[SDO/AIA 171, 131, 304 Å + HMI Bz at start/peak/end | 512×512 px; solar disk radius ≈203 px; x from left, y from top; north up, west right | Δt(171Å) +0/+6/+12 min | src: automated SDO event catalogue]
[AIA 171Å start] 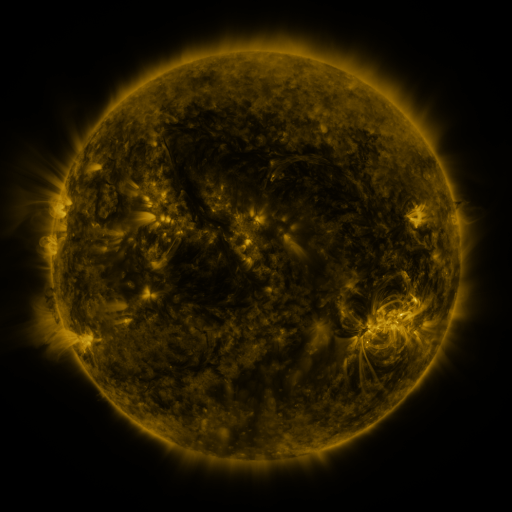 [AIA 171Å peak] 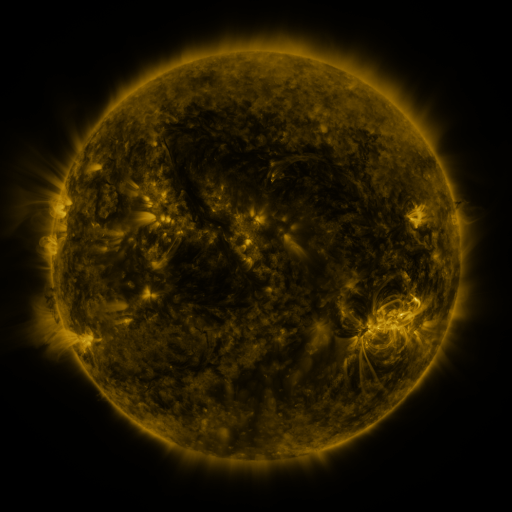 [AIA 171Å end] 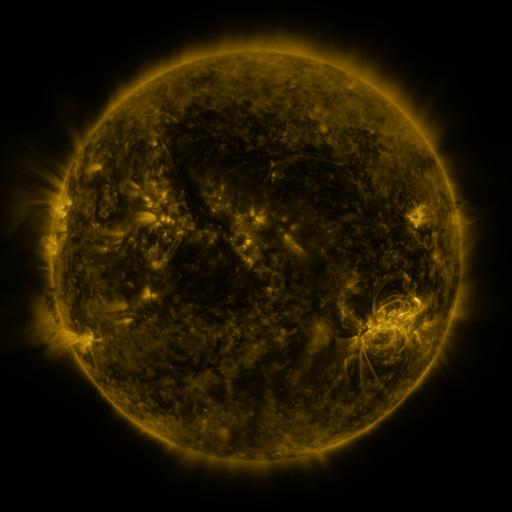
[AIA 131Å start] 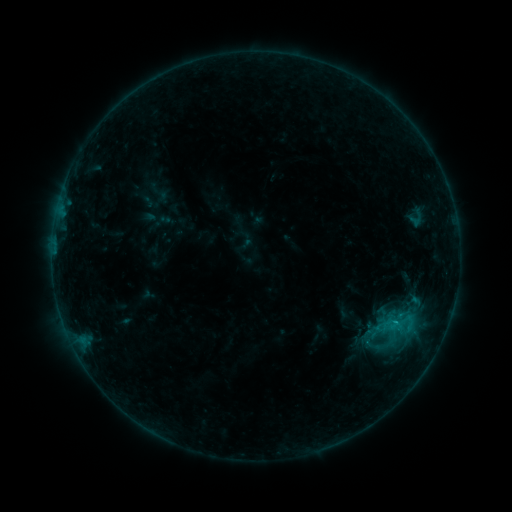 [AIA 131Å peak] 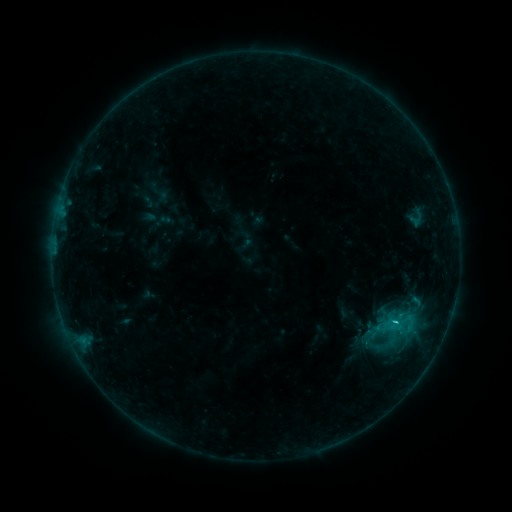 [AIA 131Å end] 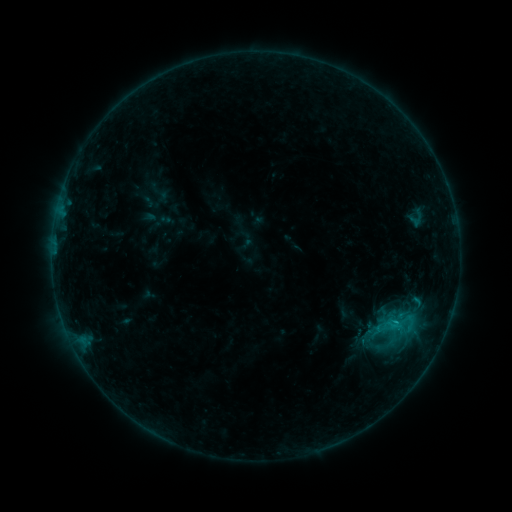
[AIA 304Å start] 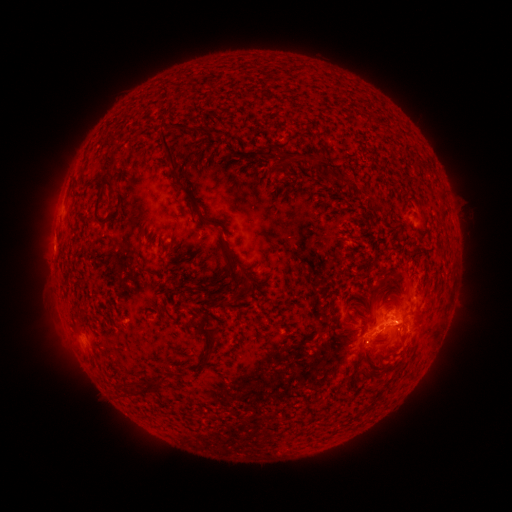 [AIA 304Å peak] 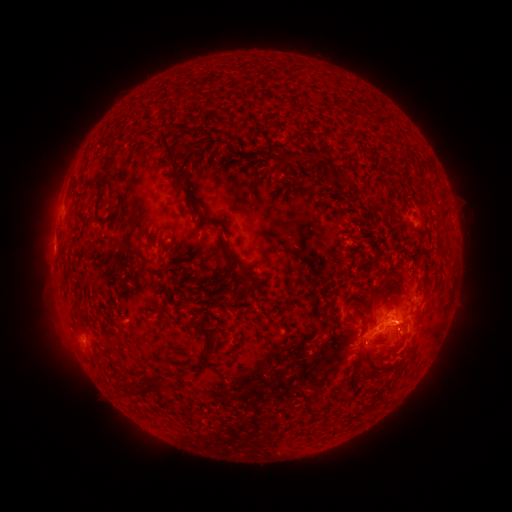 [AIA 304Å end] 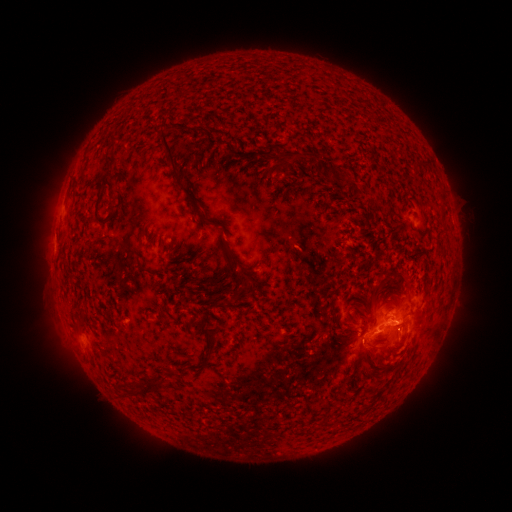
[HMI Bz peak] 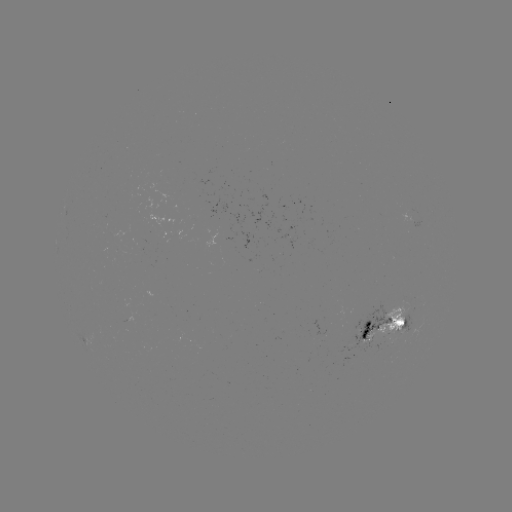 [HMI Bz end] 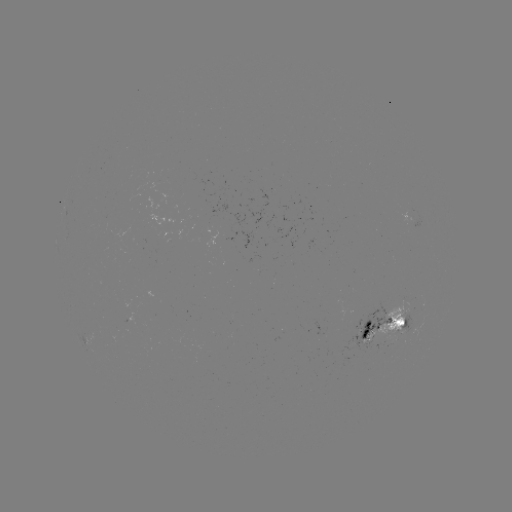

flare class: C1.3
